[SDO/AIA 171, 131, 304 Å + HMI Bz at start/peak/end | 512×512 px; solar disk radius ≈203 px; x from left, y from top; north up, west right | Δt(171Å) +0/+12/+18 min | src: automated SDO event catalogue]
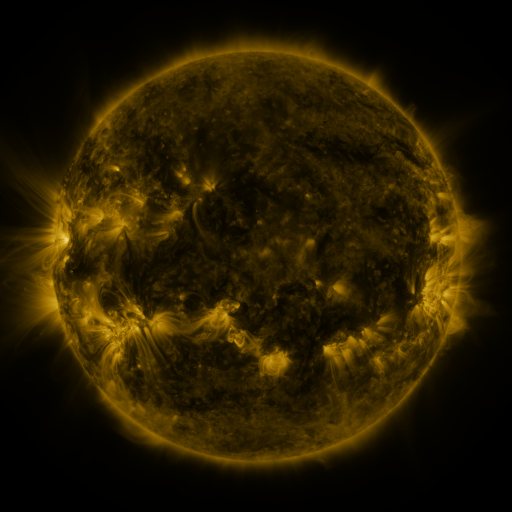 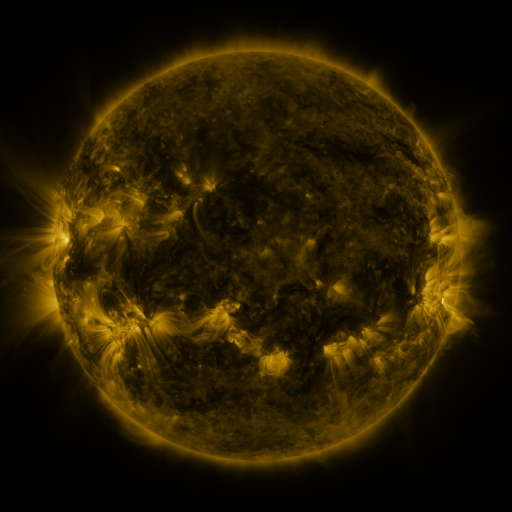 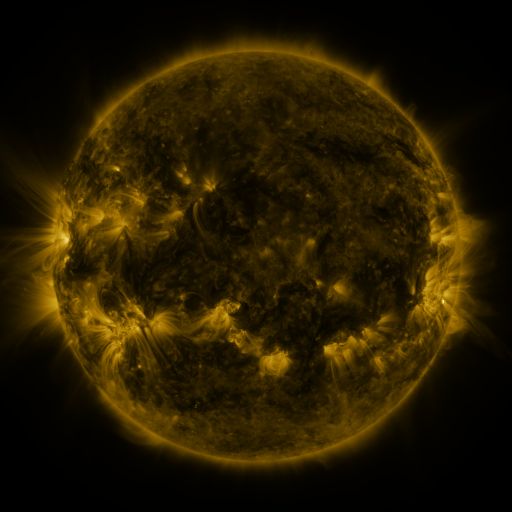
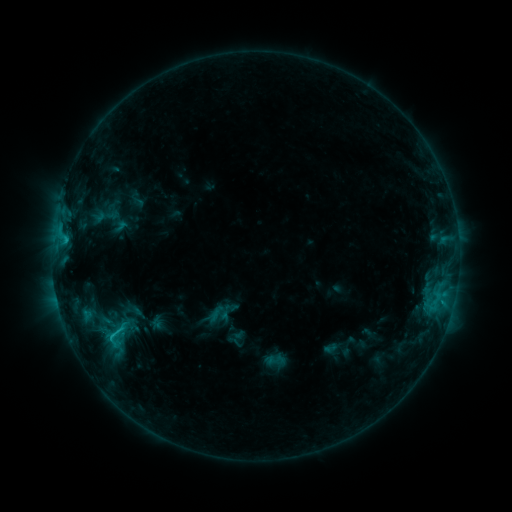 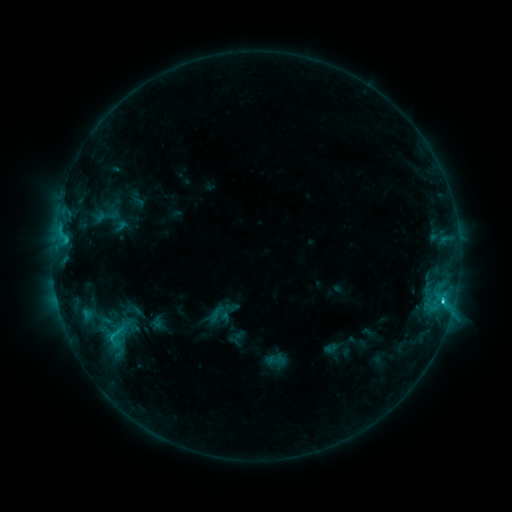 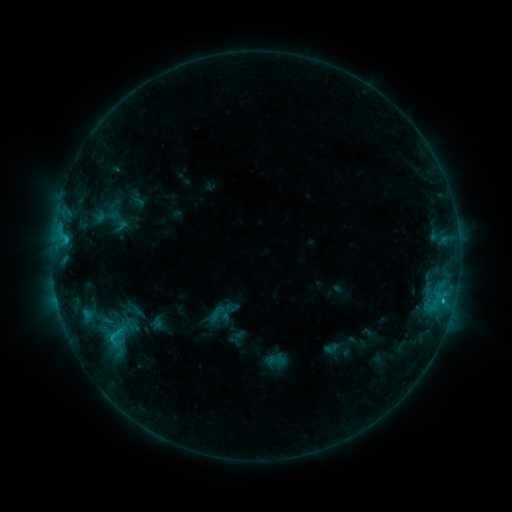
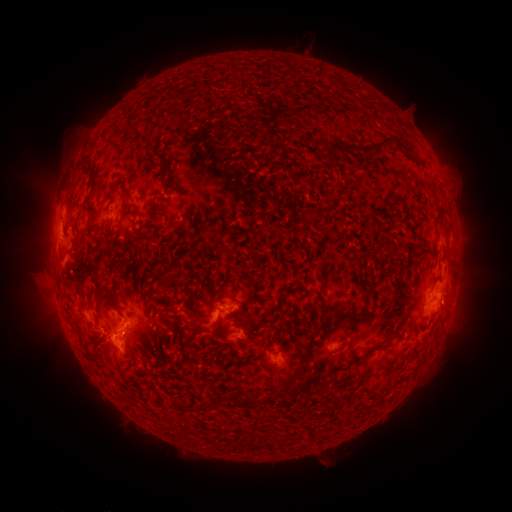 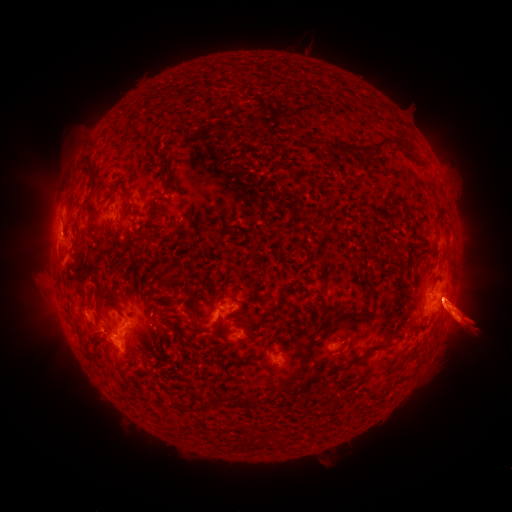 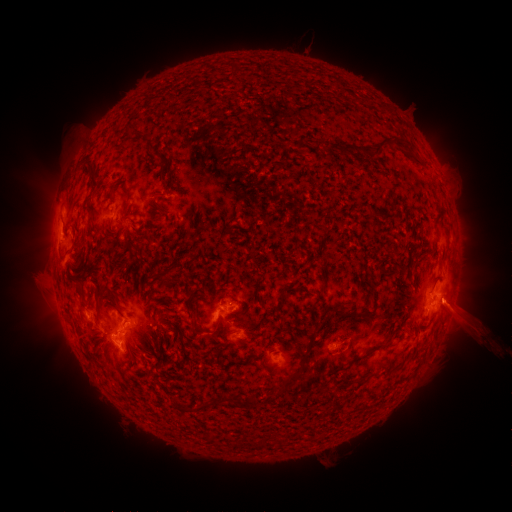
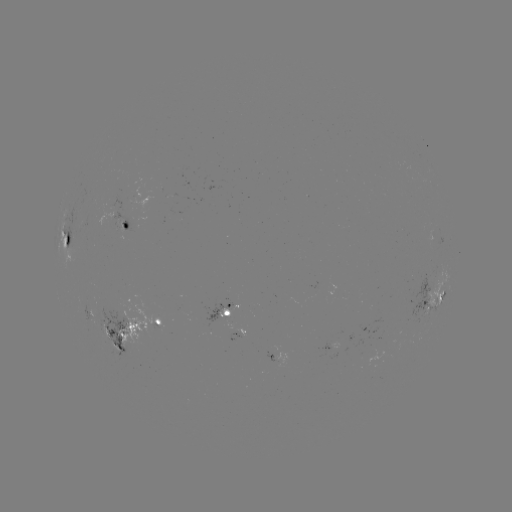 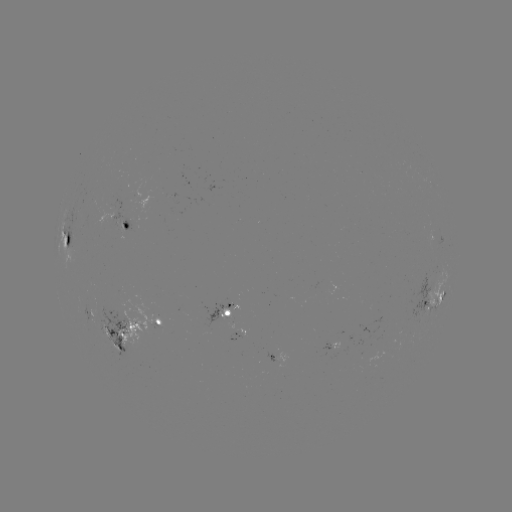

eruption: [422, 234, 511, 384]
